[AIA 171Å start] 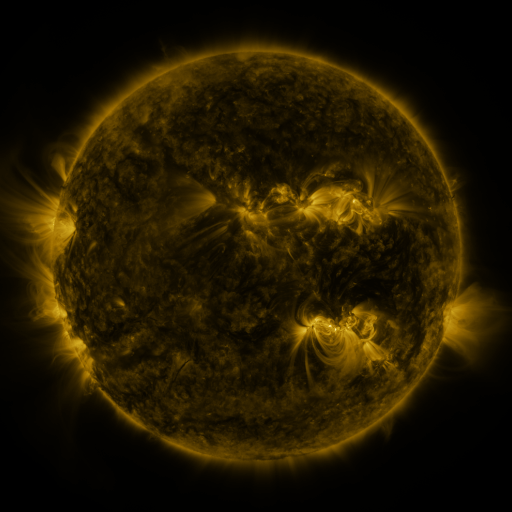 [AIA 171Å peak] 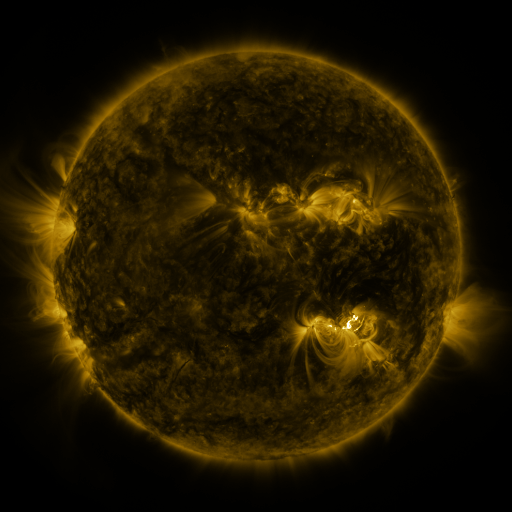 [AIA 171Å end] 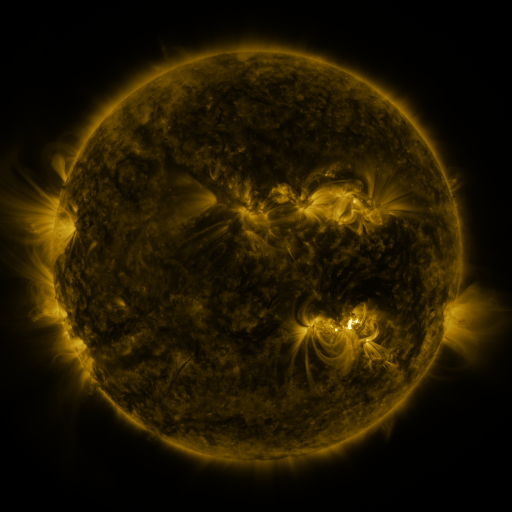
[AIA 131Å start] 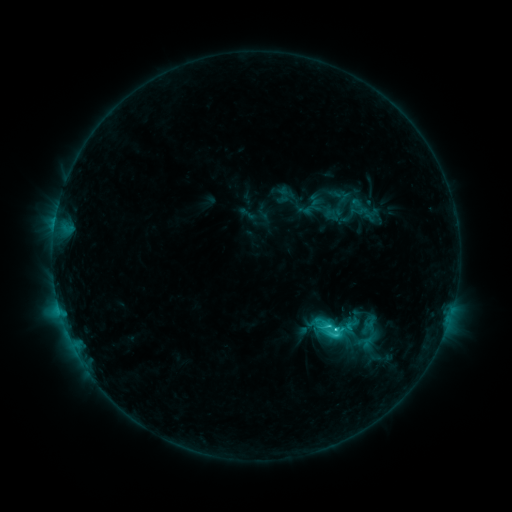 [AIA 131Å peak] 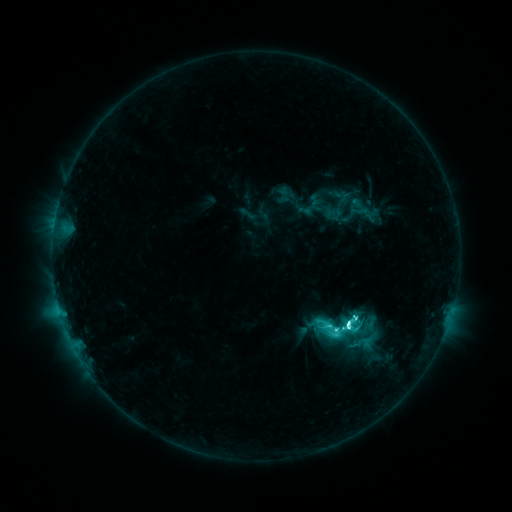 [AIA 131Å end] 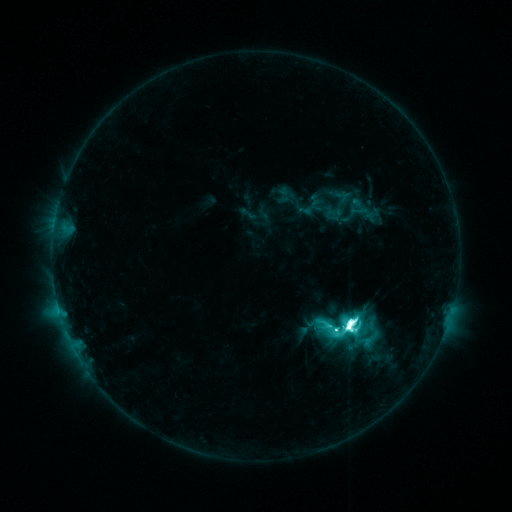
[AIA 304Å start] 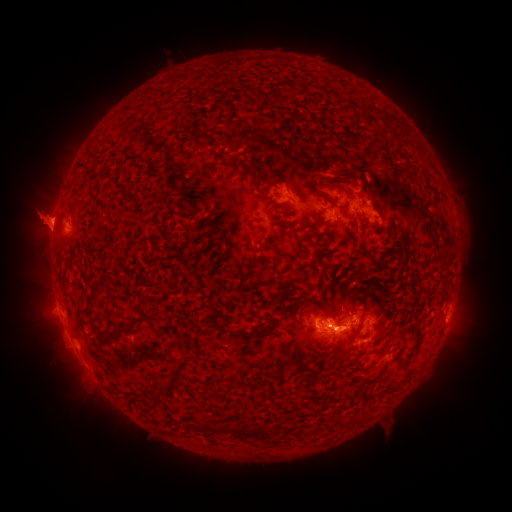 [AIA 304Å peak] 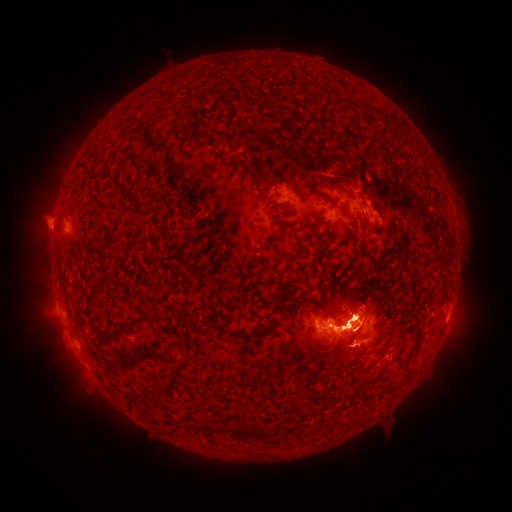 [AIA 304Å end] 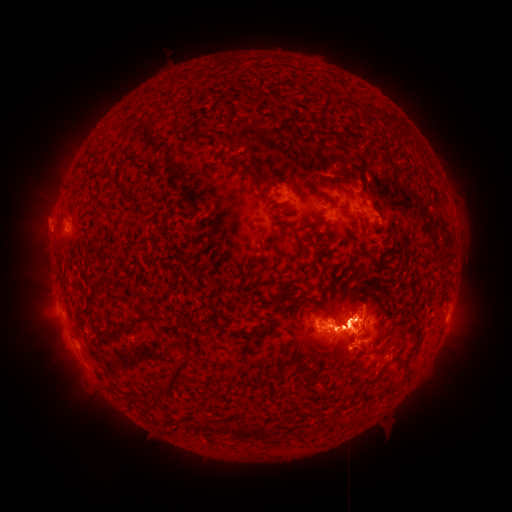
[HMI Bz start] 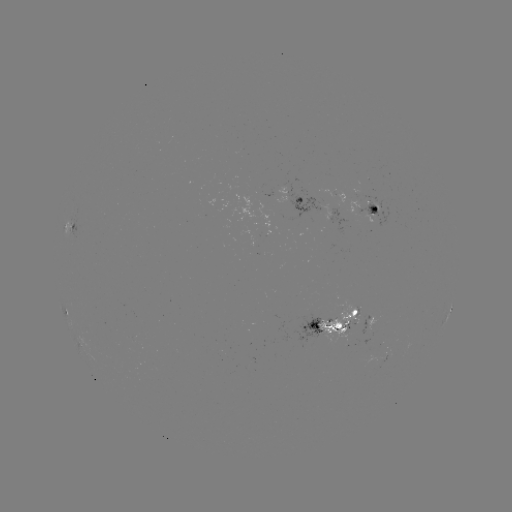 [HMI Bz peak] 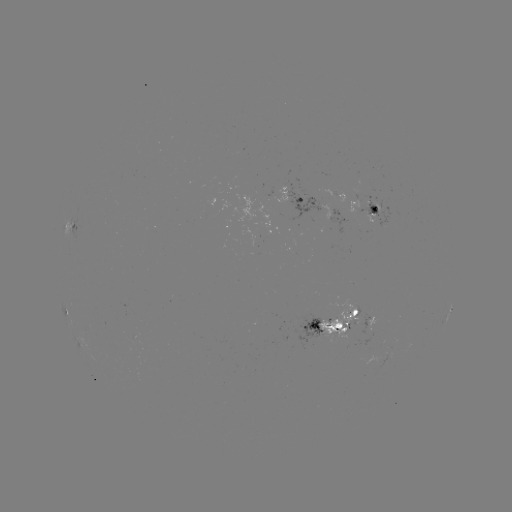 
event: flare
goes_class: M4.6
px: (348, 322)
